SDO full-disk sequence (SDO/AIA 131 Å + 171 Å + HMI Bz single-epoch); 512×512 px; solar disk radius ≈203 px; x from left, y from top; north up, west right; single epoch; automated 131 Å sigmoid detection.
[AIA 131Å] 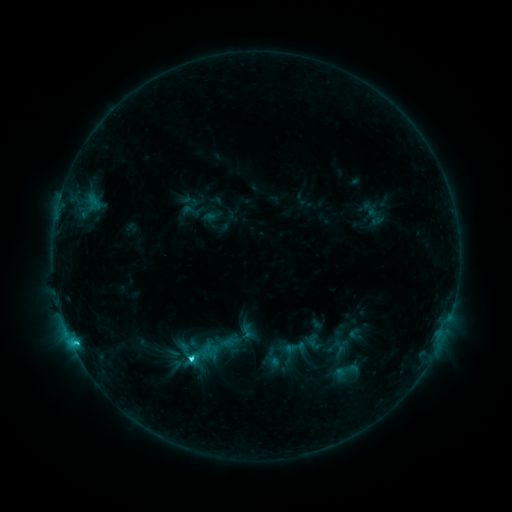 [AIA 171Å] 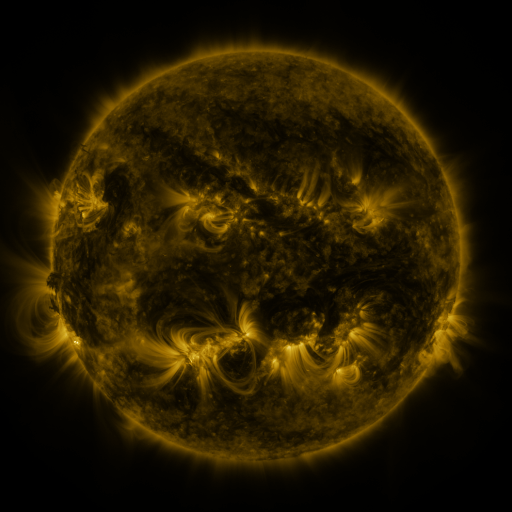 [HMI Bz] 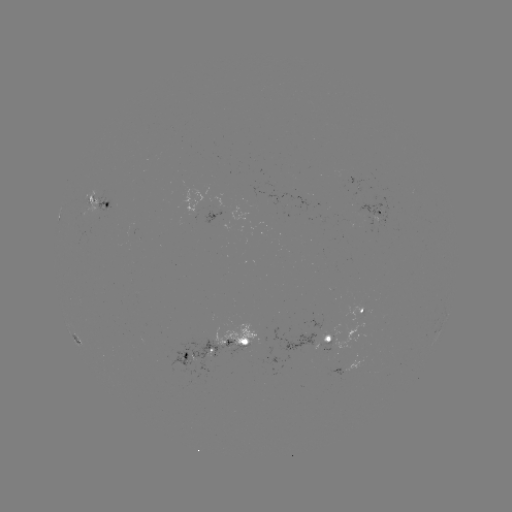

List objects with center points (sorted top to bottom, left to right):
sigmoid: (193, 326, 240, 368)
sigmoid: (285, 336, 307, 359)
sigmoid: (330, 355, 362, 387)
